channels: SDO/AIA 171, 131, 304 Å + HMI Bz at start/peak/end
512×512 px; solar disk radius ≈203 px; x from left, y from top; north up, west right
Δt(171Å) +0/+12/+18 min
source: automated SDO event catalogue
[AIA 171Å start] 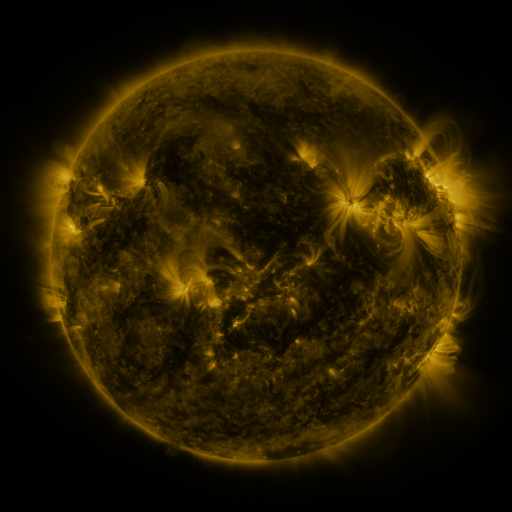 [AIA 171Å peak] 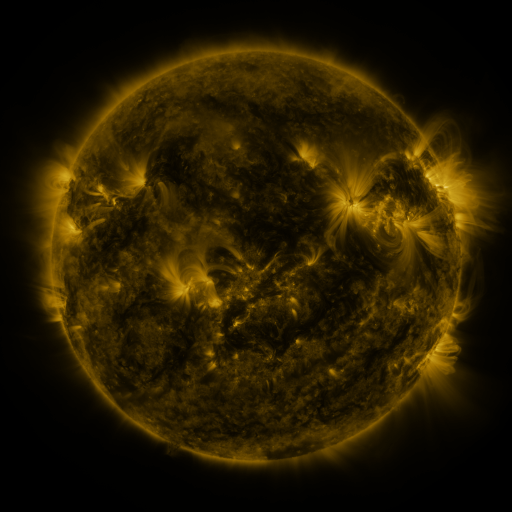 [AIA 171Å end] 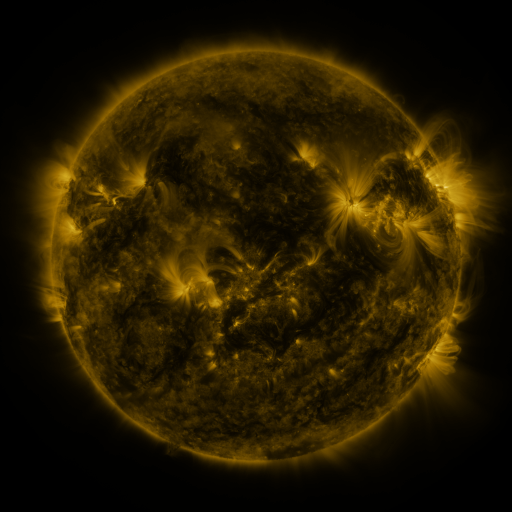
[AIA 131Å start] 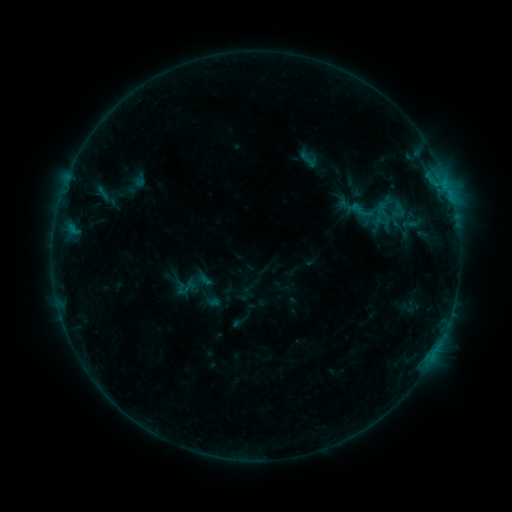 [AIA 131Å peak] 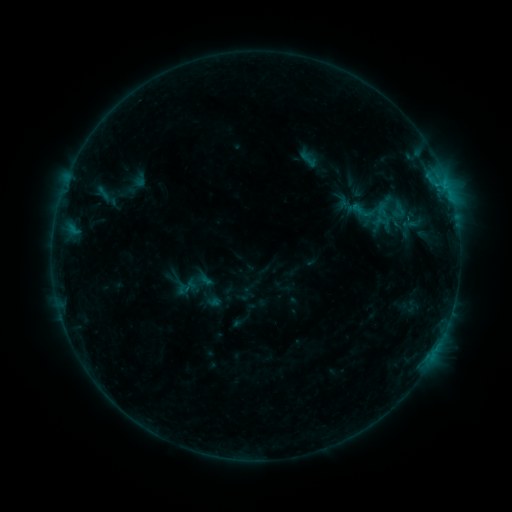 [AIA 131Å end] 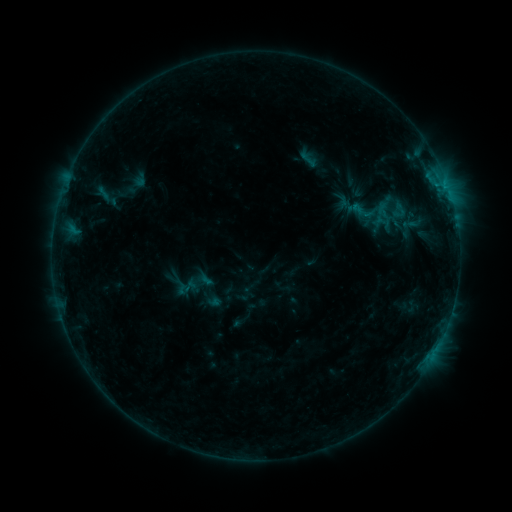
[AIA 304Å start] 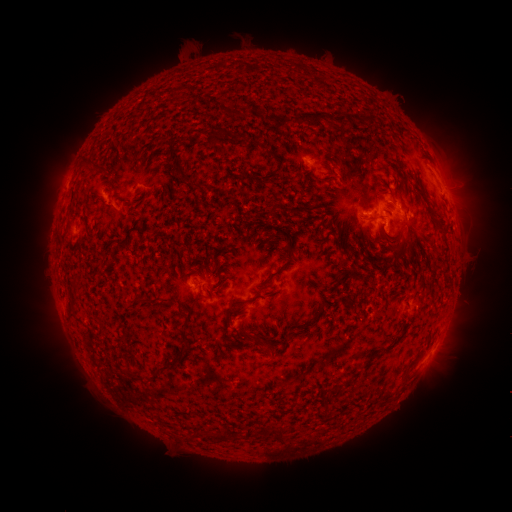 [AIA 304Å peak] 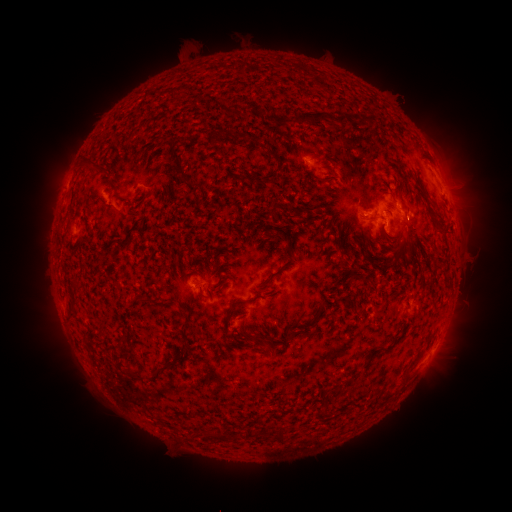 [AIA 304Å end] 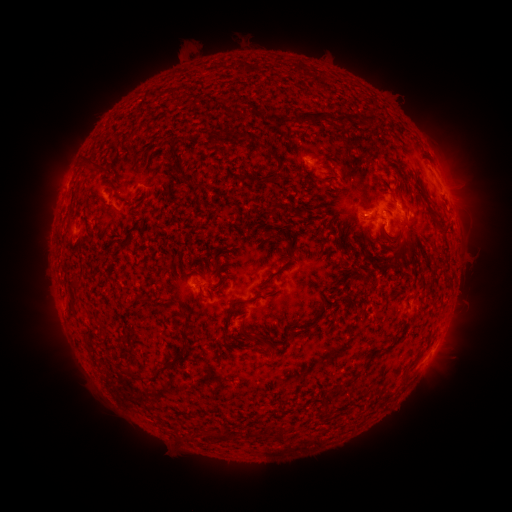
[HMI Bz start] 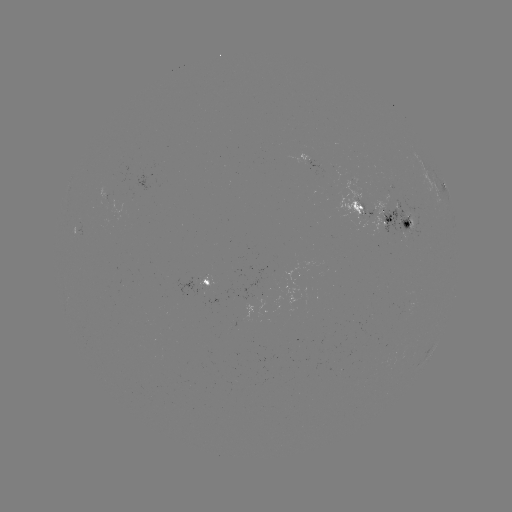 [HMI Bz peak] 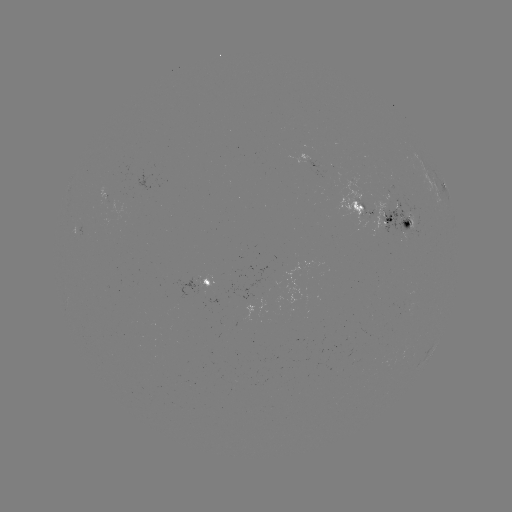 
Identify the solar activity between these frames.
no classed flare was catalogued and no EUV brightening was flagged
